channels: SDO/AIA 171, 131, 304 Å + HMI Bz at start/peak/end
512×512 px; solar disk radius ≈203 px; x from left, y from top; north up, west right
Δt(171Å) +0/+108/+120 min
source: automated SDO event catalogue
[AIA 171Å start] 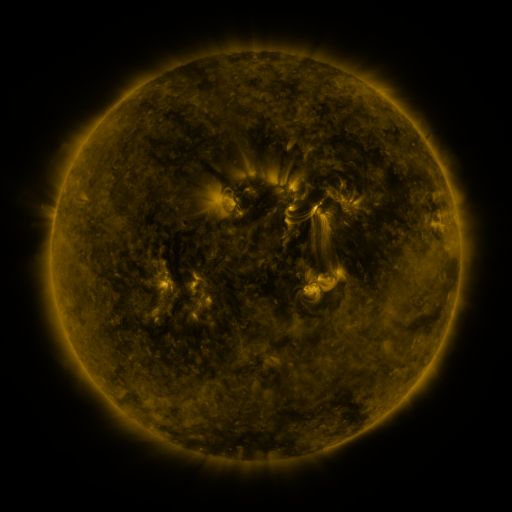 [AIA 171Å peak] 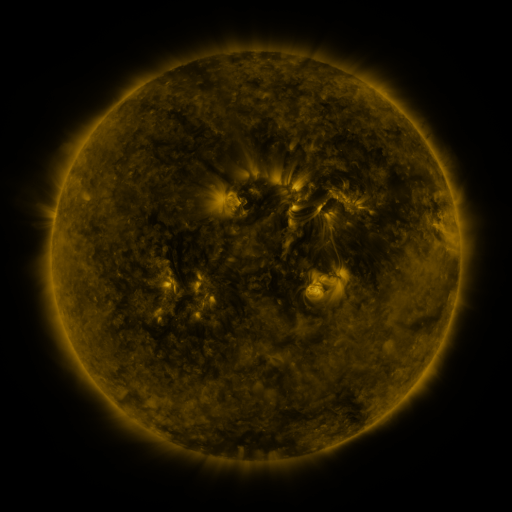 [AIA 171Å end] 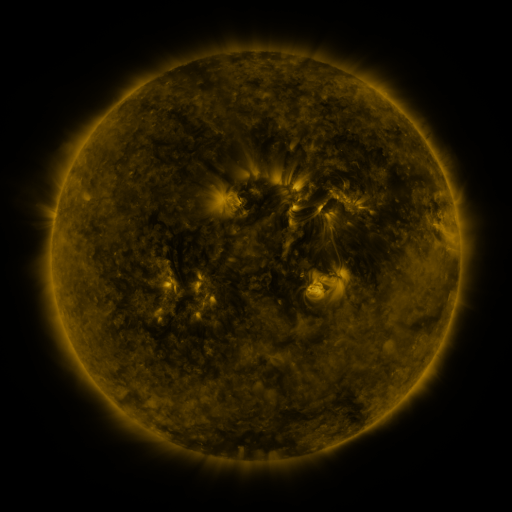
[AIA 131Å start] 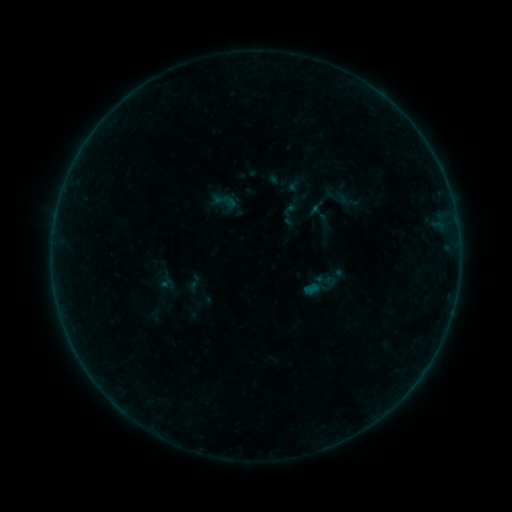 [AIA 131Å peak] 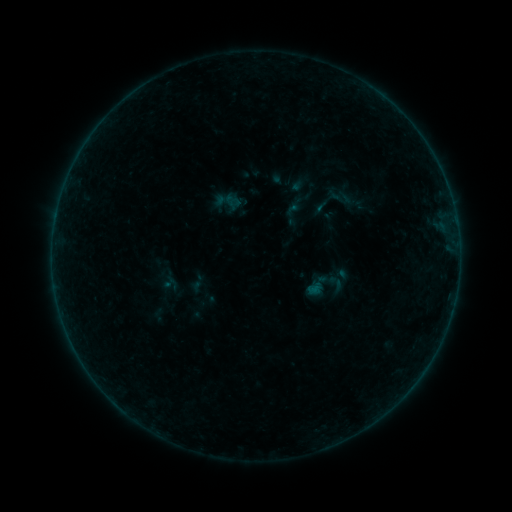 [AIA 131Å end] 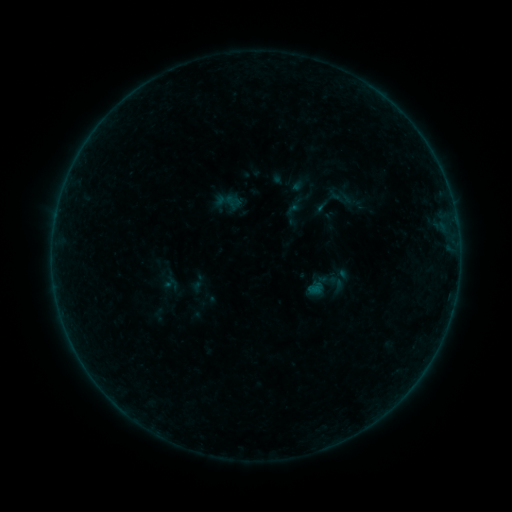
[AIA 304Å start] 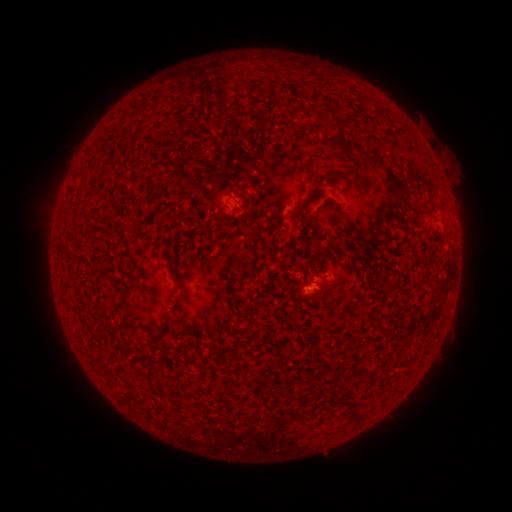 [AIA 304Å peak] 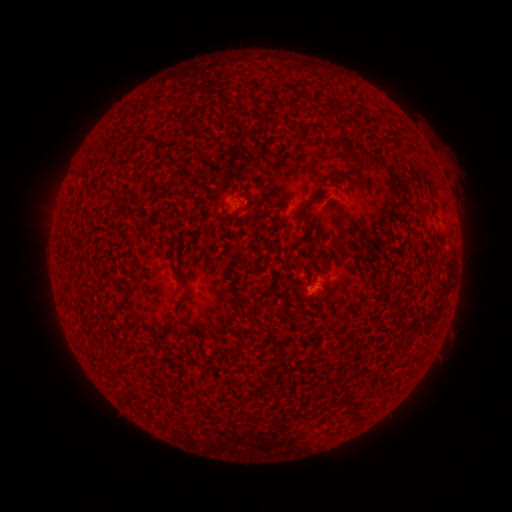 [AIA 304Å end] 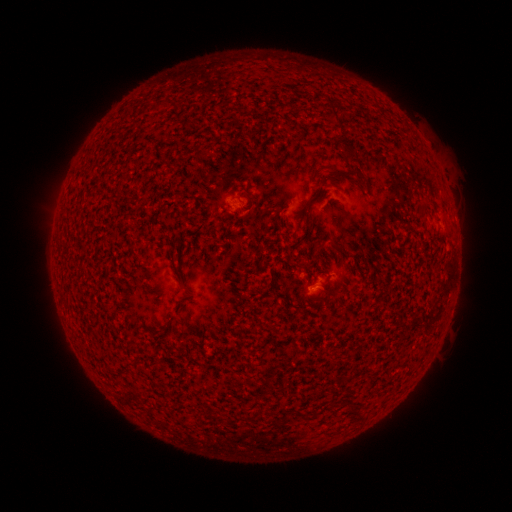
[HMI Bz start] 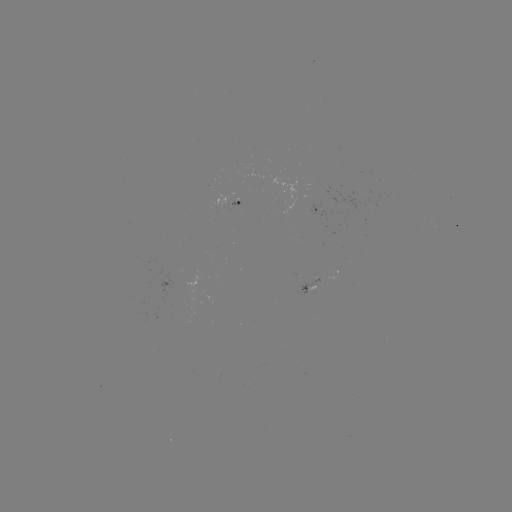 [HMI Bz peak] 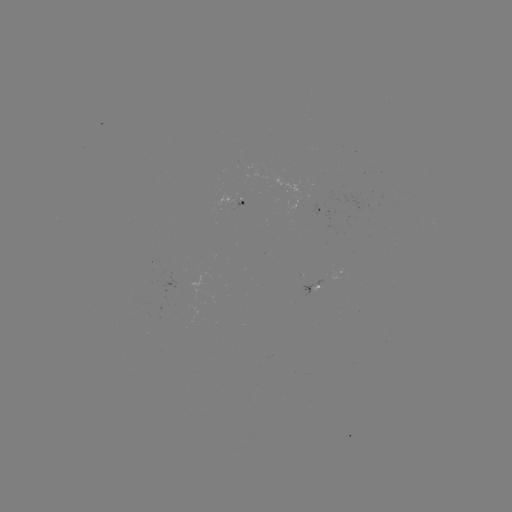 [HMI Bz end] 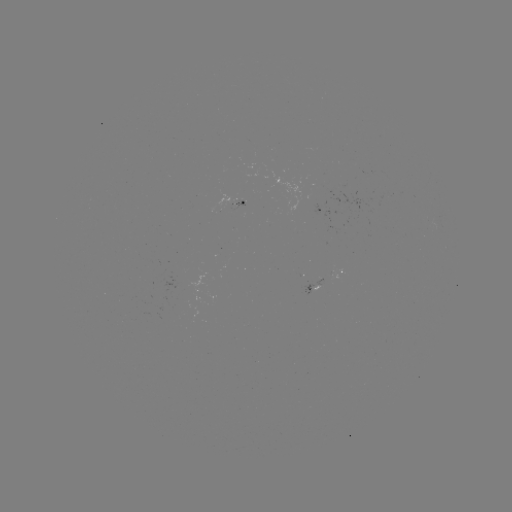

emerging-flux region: [232, 199, 243, 207]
